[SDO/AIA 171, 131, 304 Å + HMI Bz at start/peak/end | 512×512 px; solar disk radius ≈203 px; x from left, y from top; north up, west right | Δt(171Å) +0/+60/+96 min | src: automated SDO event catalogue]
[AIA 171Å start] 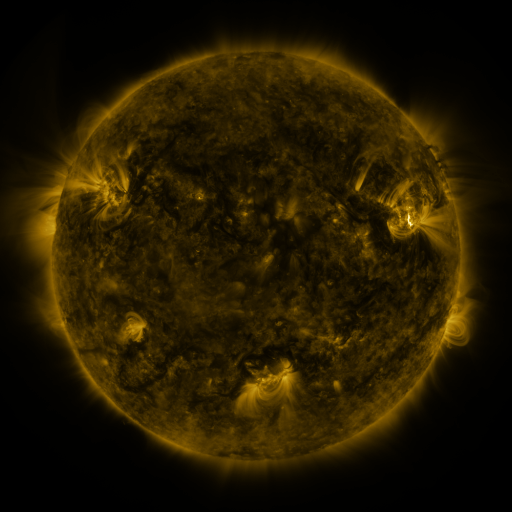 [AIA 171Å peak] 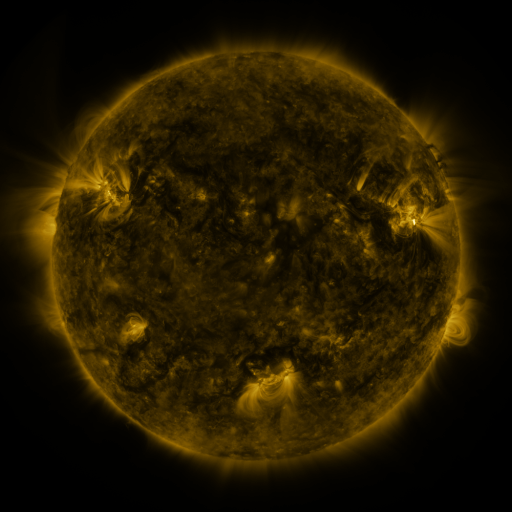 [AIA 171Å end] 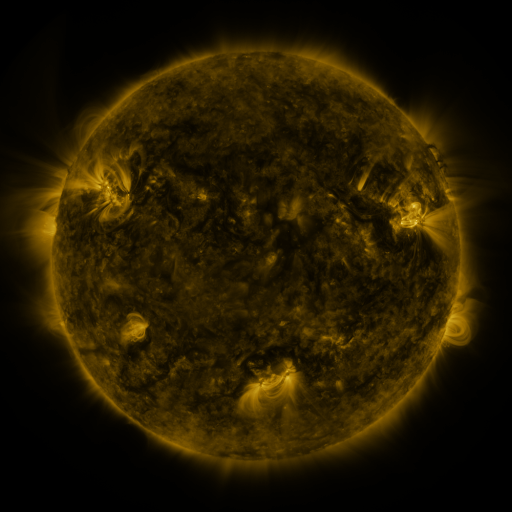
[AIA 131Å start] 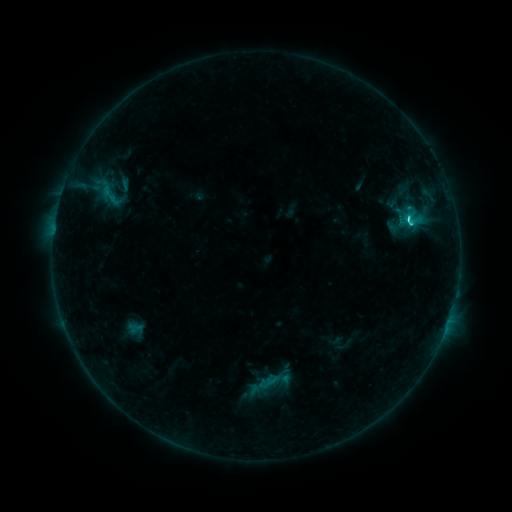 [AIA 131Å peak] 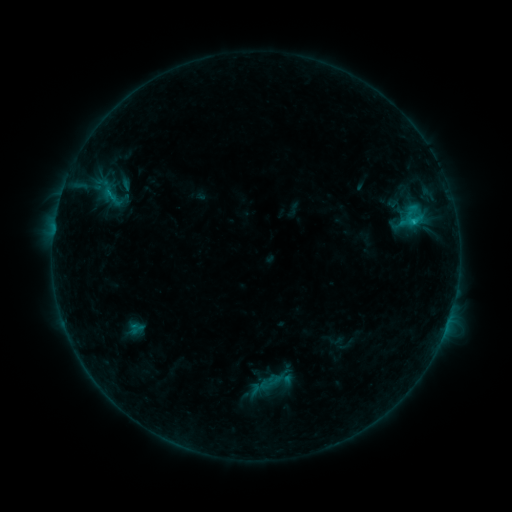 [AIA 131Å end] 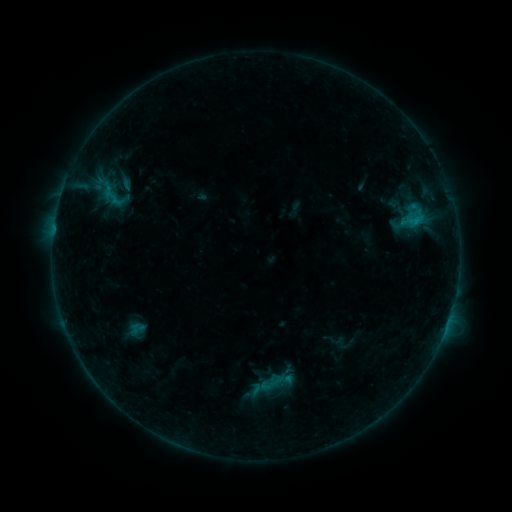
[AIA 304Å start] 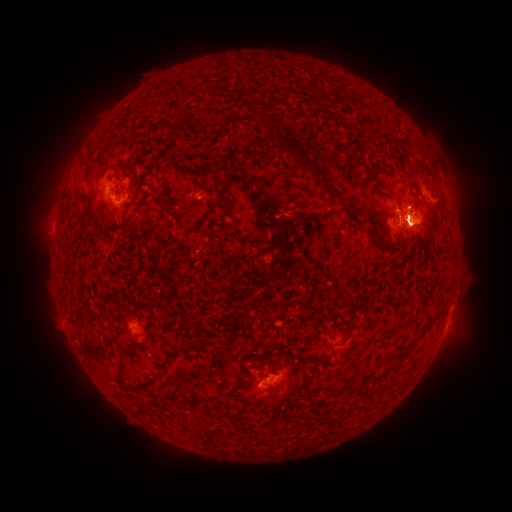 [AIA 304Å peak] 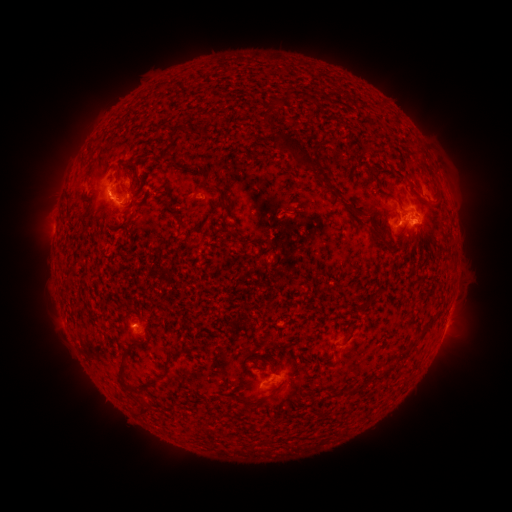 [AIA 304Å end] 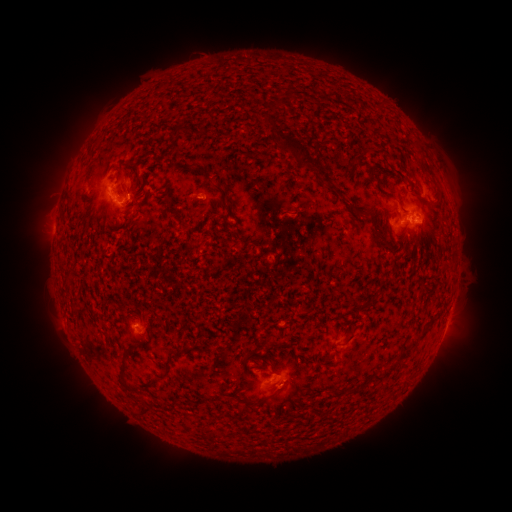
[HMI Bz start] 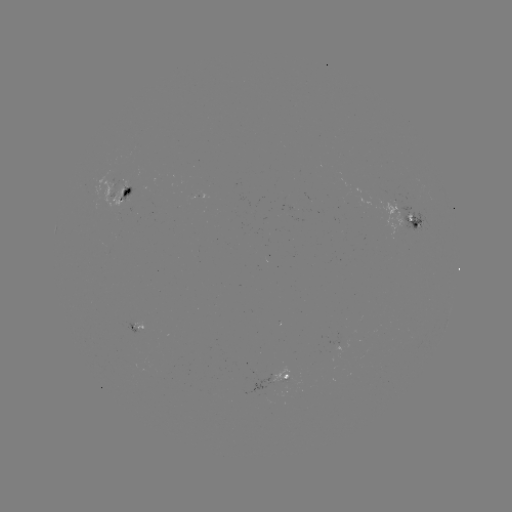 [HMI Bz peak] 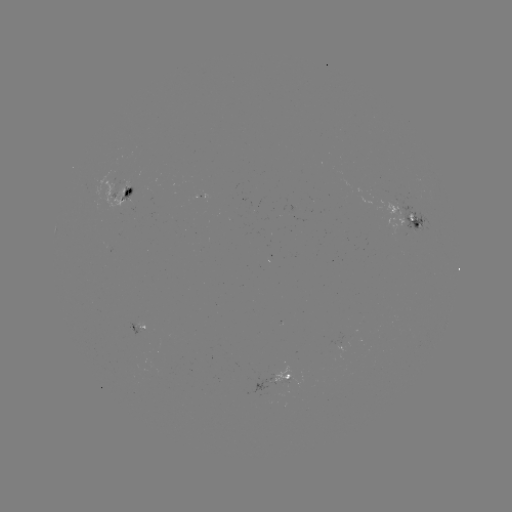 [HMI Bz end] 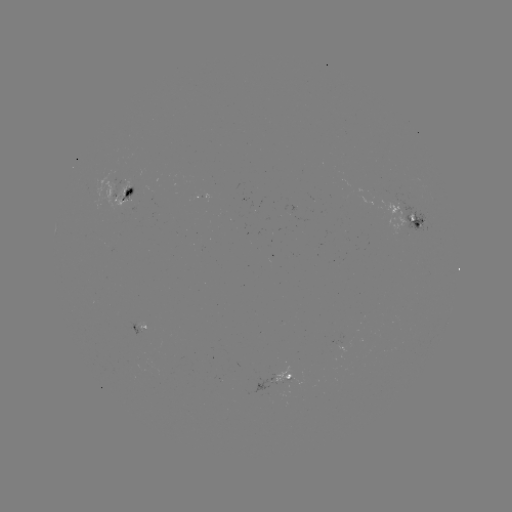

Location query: emerging-flux region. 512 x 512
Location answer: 282,379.